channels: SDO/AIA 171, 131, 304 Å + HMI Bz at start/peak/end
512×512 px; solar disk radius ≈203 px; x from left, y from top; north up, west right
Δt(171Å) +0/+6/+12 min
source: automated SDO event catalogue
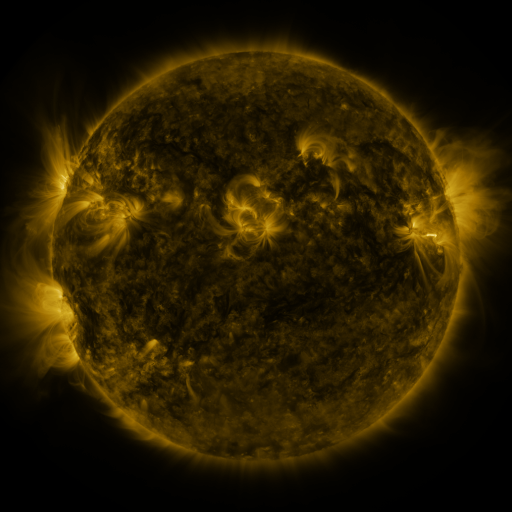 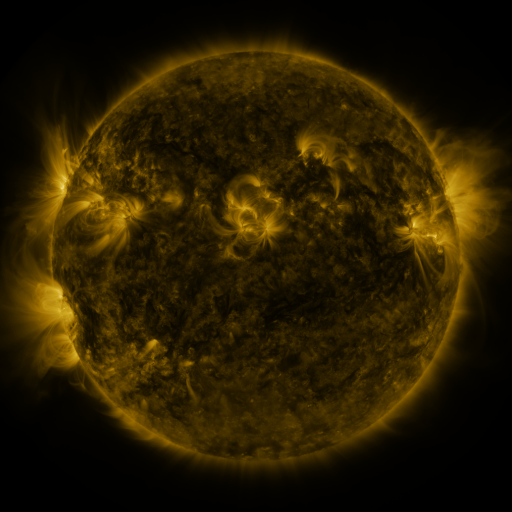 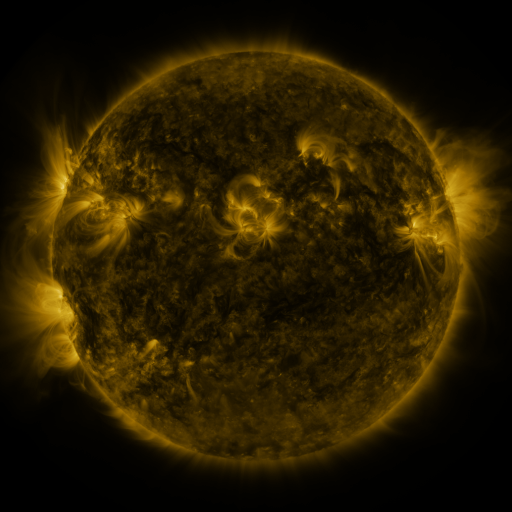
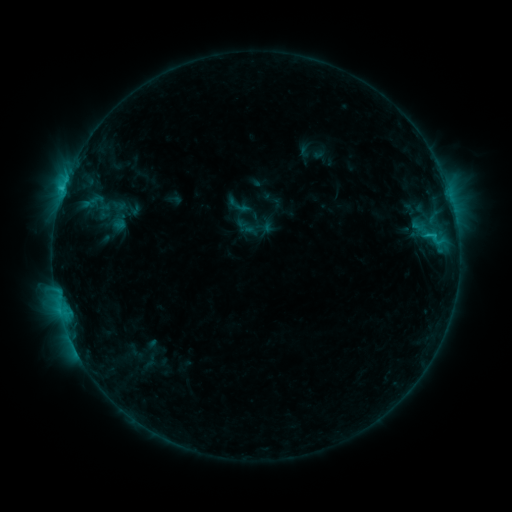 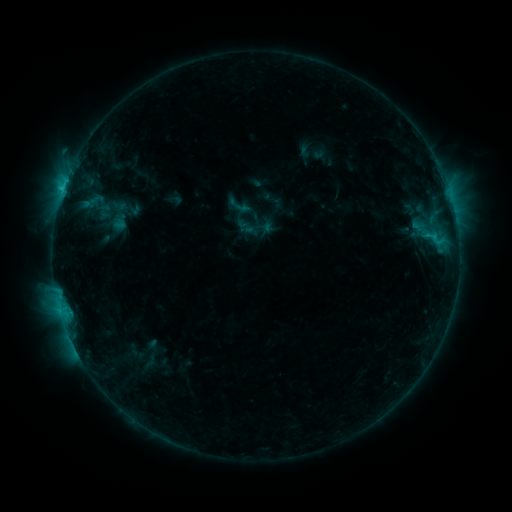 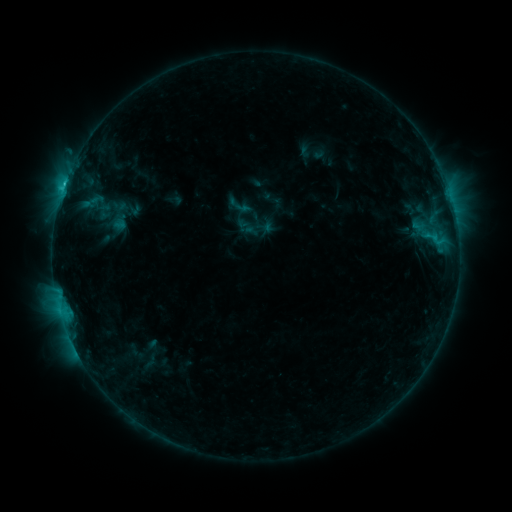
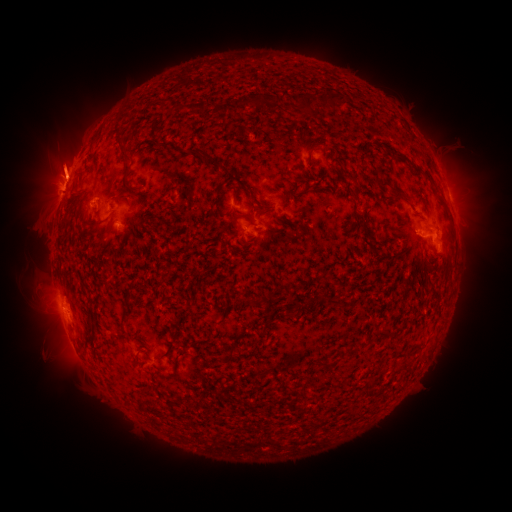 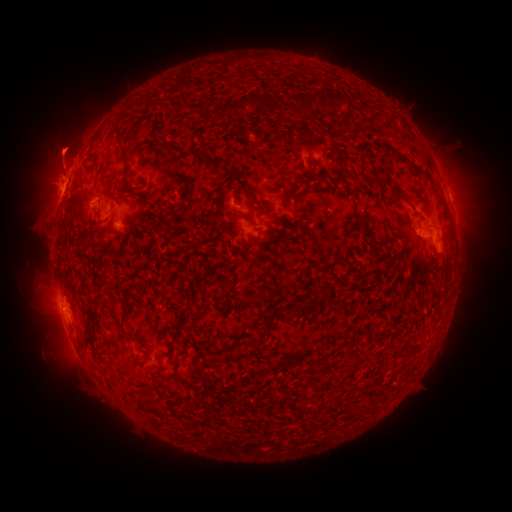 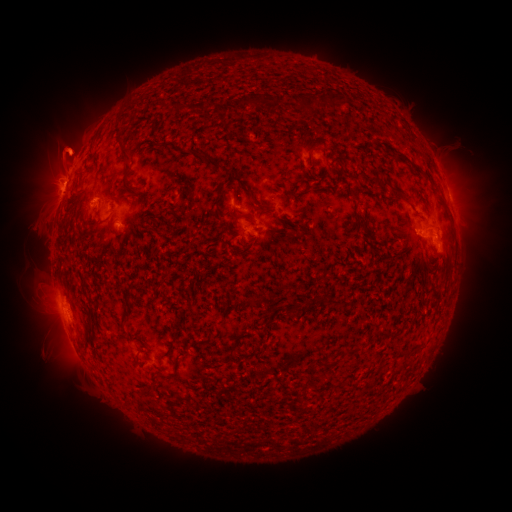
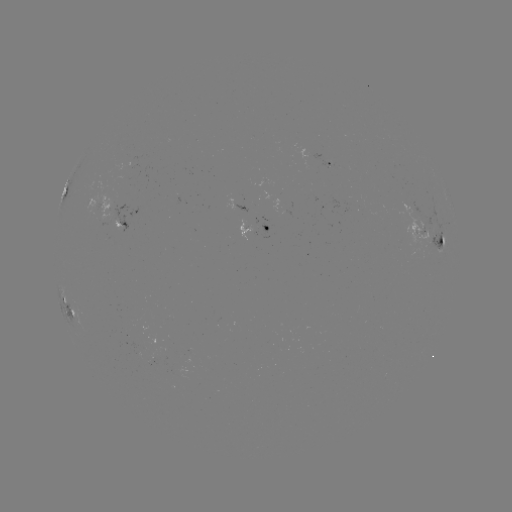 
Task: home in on eruption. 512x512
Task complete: [111, 150].